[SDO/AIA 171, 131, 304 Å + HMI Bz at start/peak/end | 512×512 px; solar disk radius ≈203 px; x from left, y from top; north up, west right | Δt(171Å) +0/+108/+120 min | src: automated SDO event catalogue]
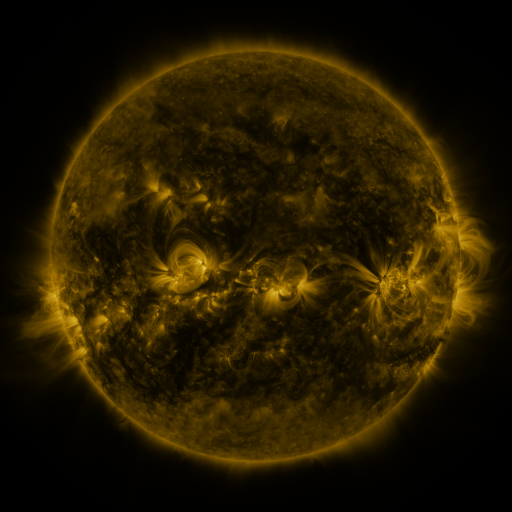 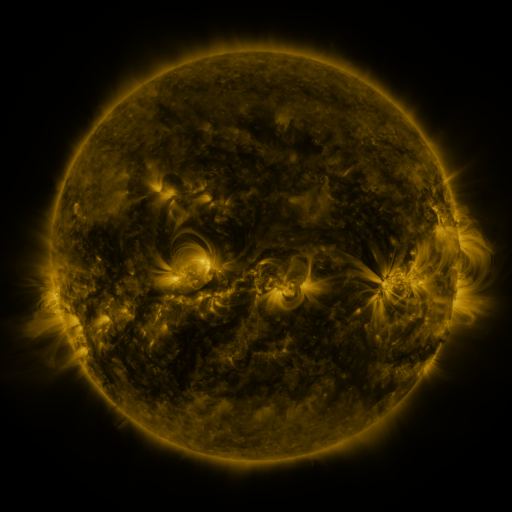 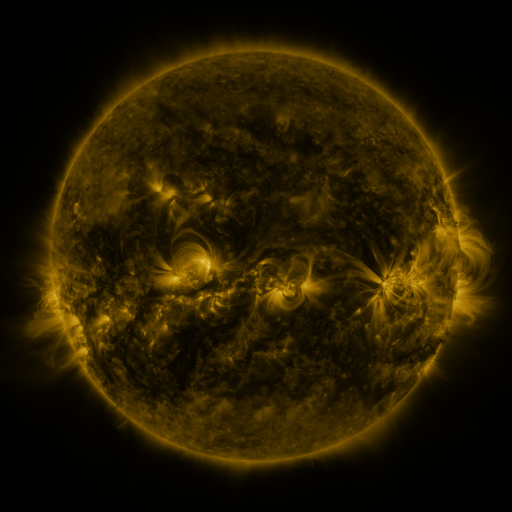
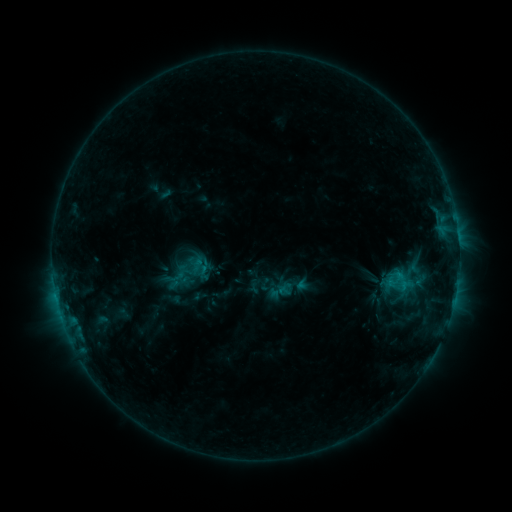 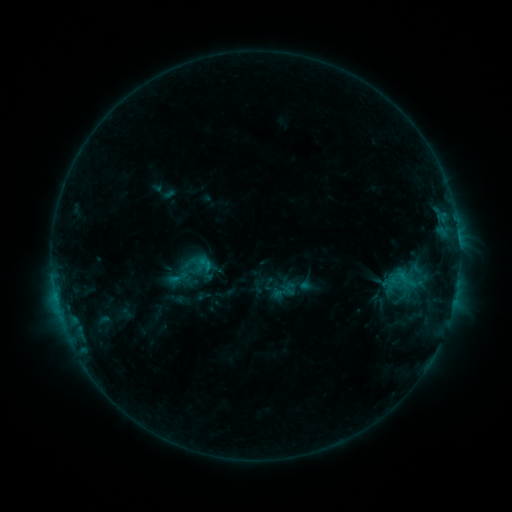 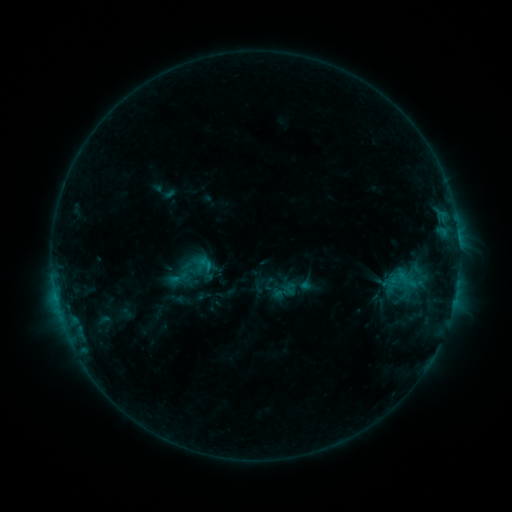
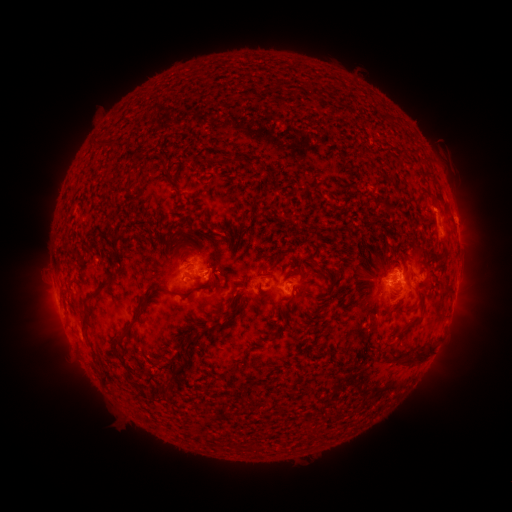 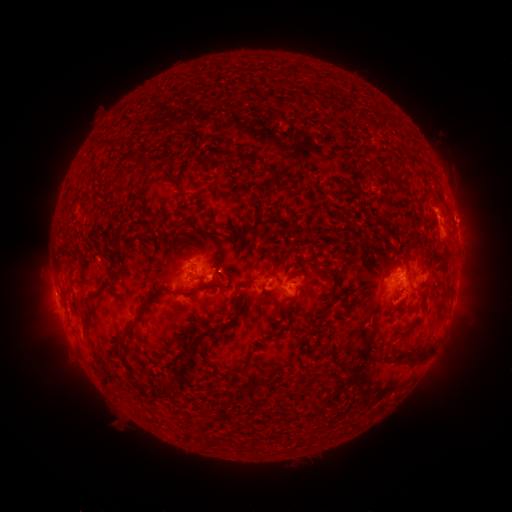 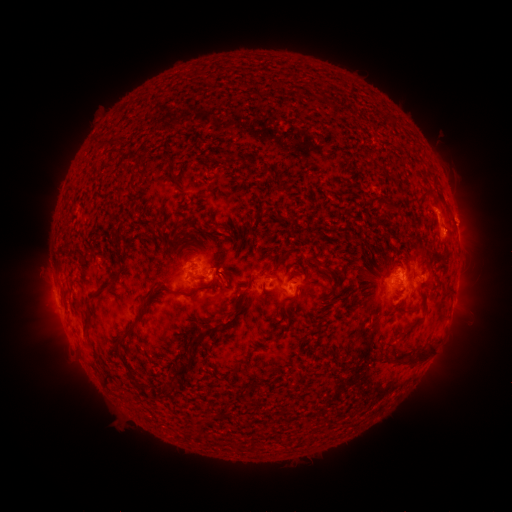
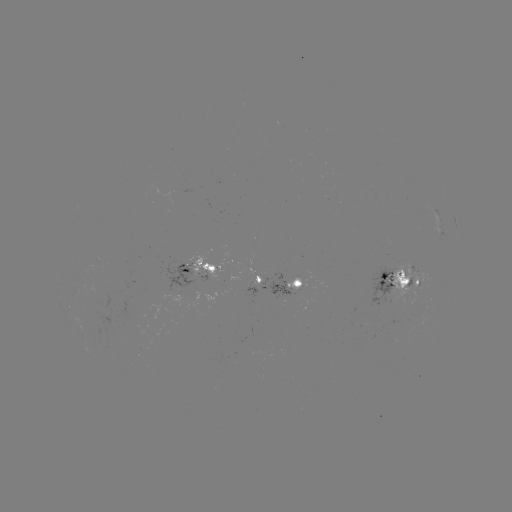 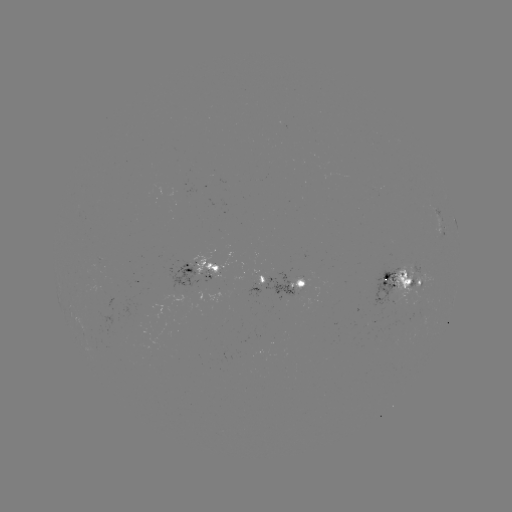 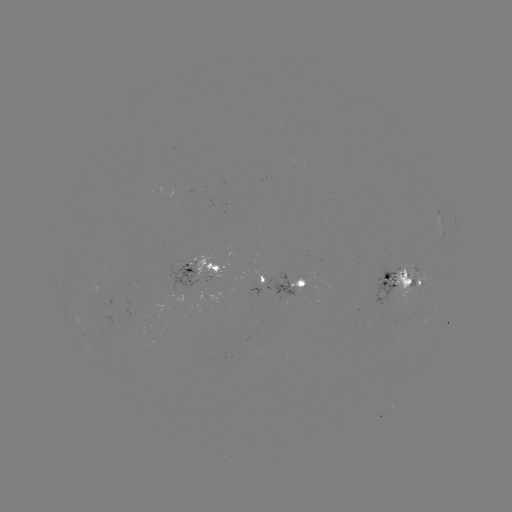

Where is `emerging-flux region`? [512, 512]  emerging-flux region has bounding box [289, 277, 303, 292].